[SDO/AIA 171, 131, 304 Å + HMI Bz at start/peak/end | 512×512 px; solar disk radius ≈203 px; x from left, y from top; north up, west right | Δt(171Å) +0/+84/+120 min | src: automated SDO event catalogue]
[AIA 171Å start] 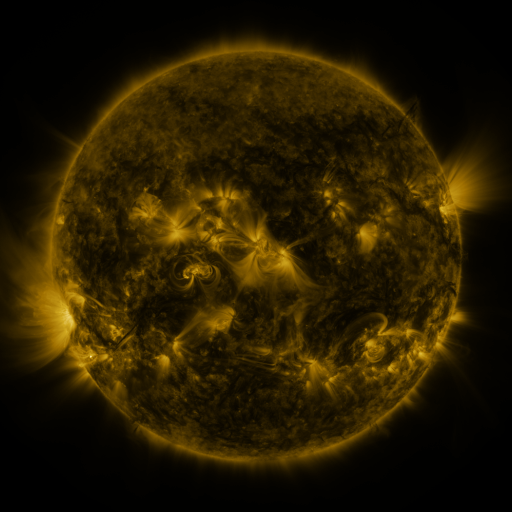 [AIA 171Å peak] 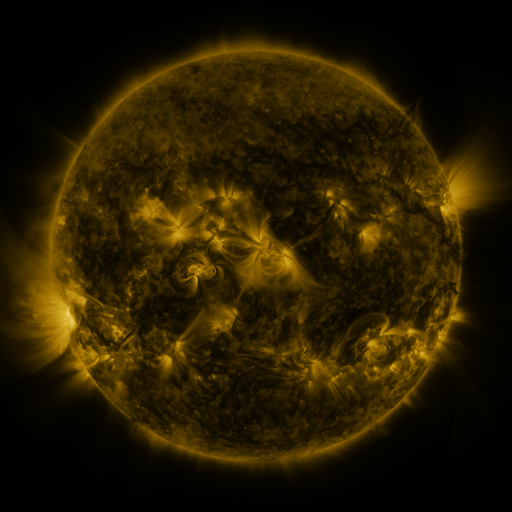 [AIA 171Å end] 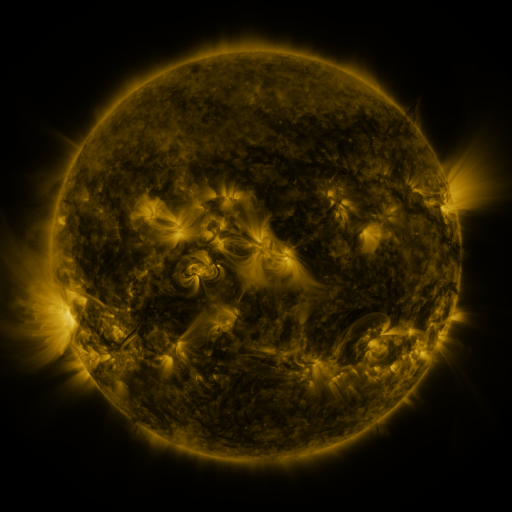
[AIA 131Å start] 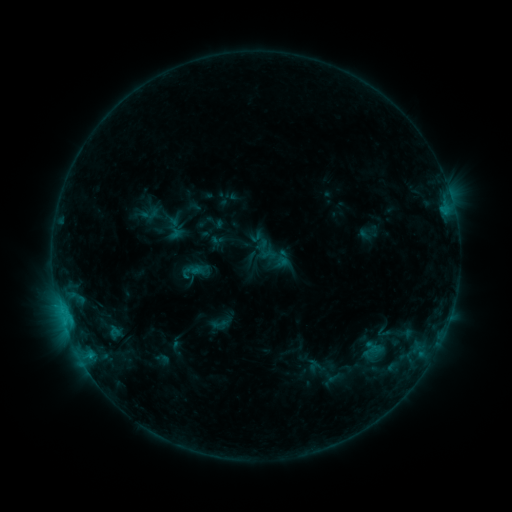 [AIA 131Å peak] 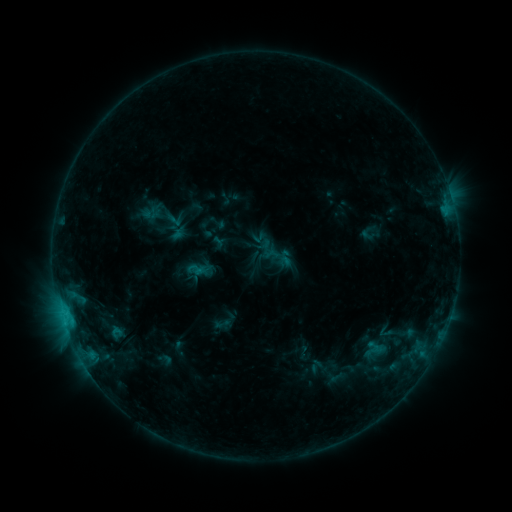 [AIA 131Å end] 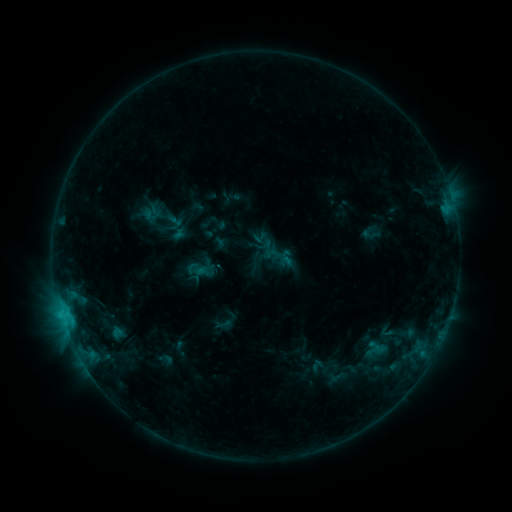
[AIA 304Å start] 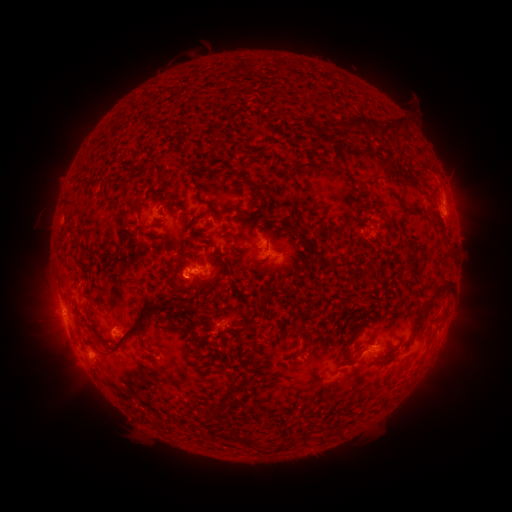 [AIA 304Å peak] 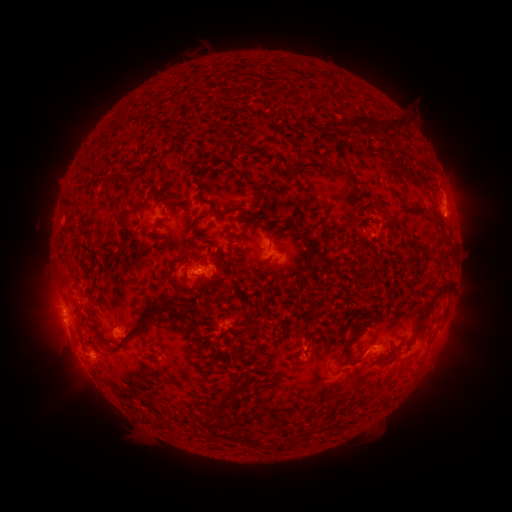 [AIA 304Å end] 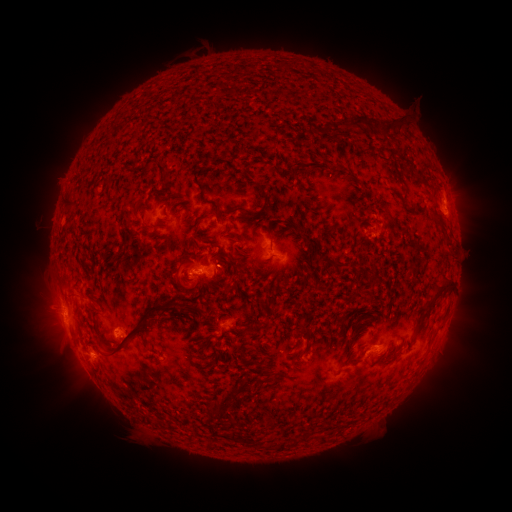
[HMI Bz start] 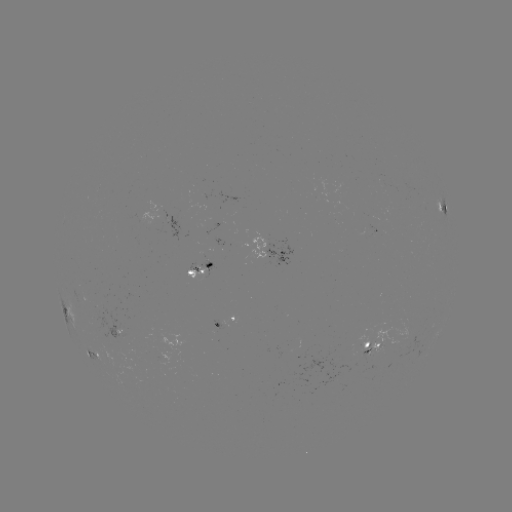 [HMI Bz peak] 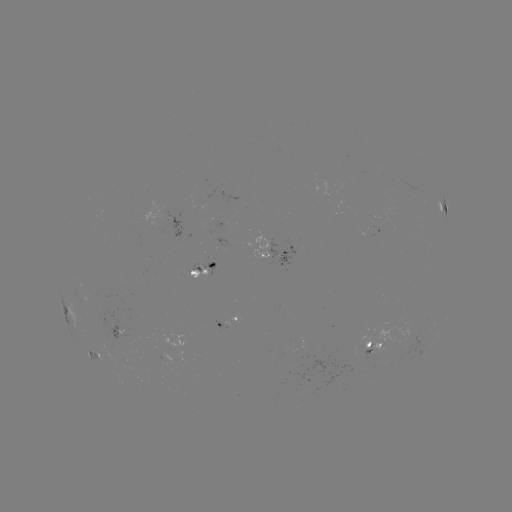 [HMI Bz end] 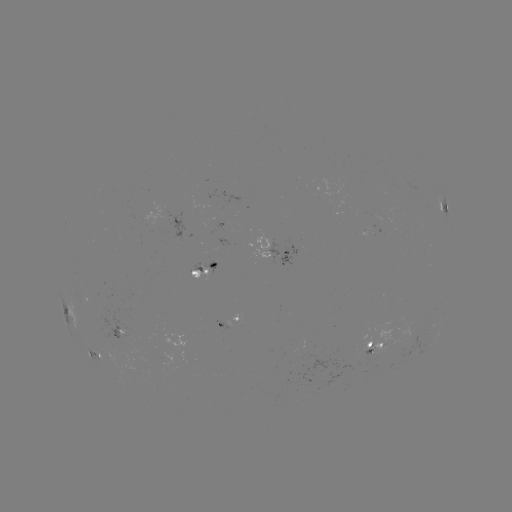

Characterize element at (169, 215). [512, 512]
emerging-flux region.